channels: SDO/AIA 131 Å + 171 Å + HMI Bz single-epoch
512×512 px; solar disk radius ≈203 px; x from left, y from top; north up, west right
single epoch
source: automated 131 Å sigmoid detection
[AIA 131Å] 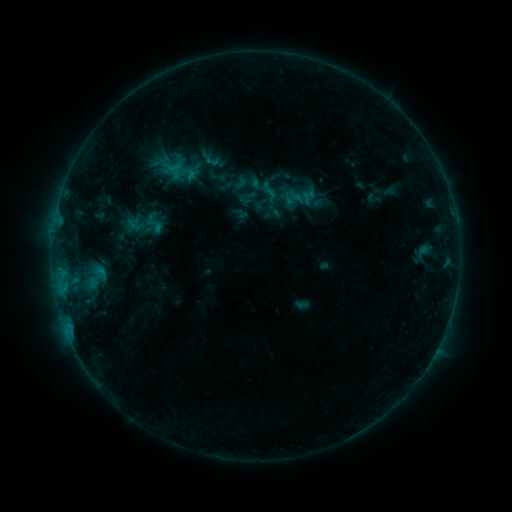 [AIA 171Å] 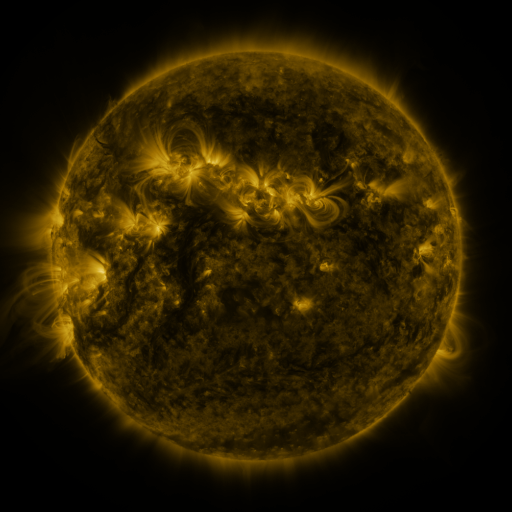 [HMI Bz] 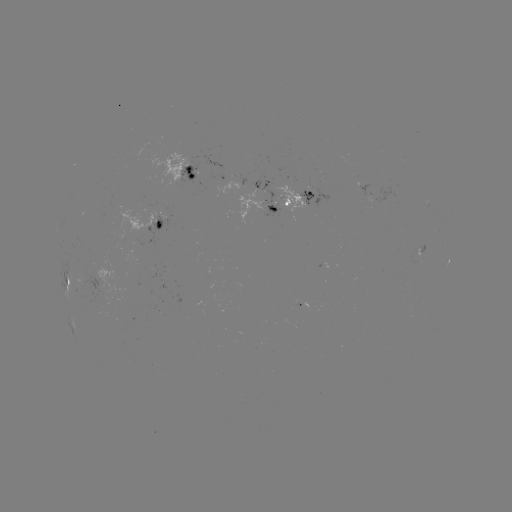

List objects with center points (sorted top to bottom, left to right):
sigmoid: [246, 176, 269, 199]
sigmoid: [74, 259, 116, 294]
